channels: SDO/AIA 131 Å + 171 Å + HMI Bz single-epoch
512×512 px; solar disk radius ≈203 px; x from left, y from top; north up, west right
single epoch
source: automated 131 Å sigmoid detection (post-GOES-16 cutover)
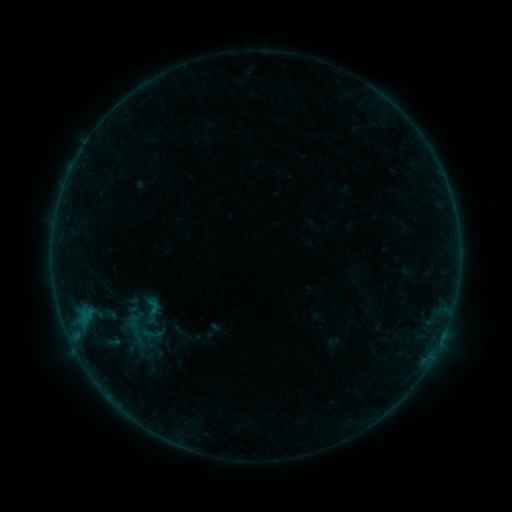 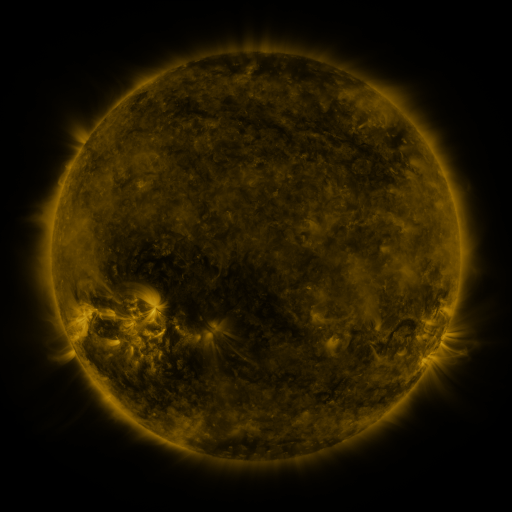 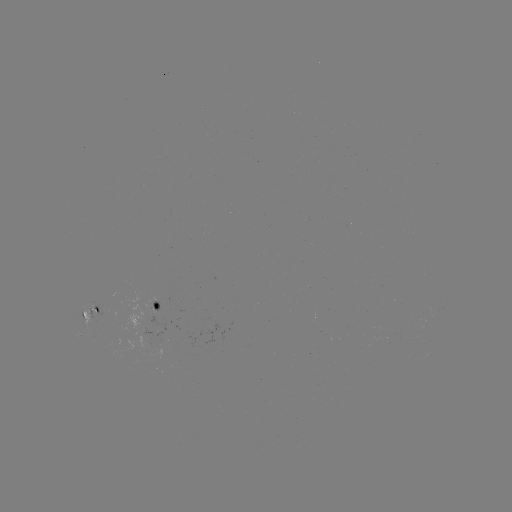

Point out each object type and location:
sigmoid: <bbox>133, 295, 172, 324</bbox>
sigmoid: <bbox>136, 323, 168, 345</bbox>
